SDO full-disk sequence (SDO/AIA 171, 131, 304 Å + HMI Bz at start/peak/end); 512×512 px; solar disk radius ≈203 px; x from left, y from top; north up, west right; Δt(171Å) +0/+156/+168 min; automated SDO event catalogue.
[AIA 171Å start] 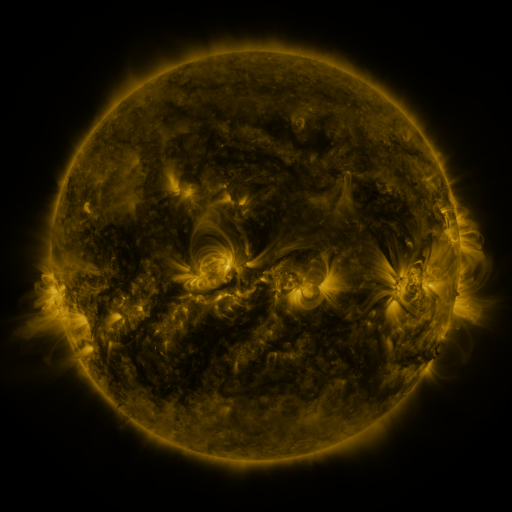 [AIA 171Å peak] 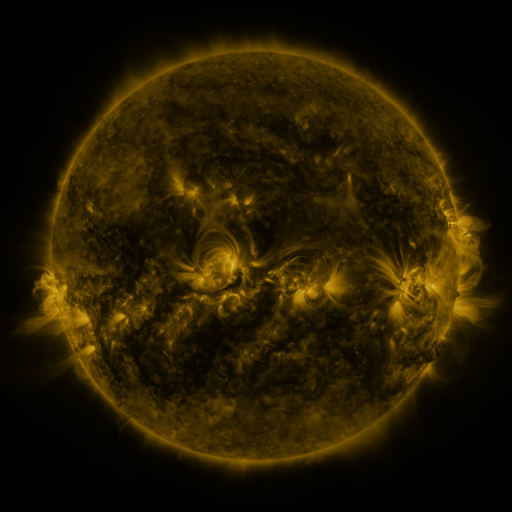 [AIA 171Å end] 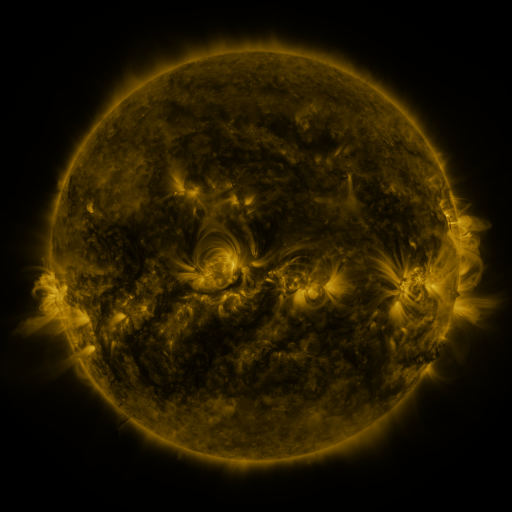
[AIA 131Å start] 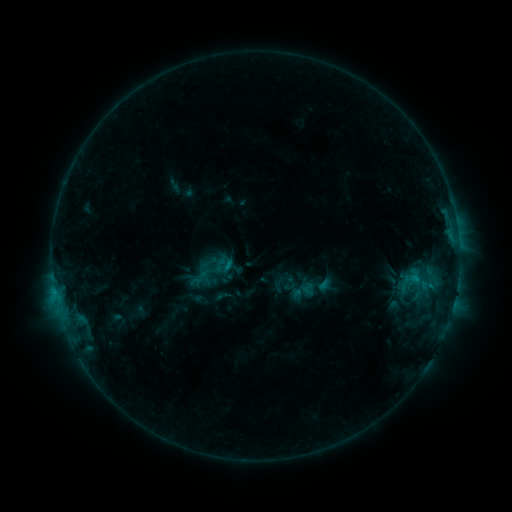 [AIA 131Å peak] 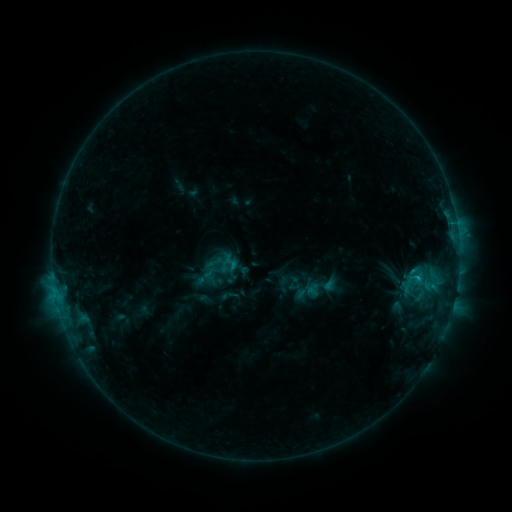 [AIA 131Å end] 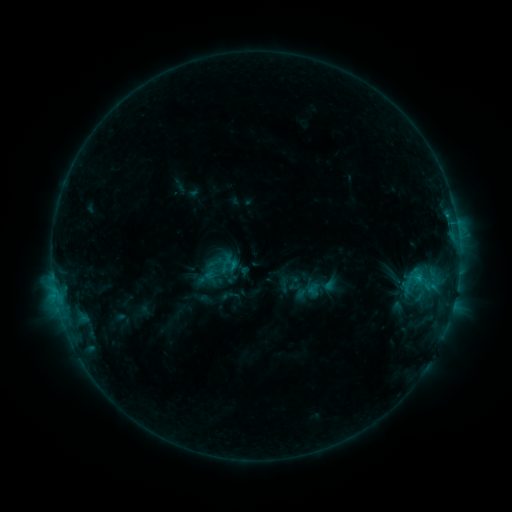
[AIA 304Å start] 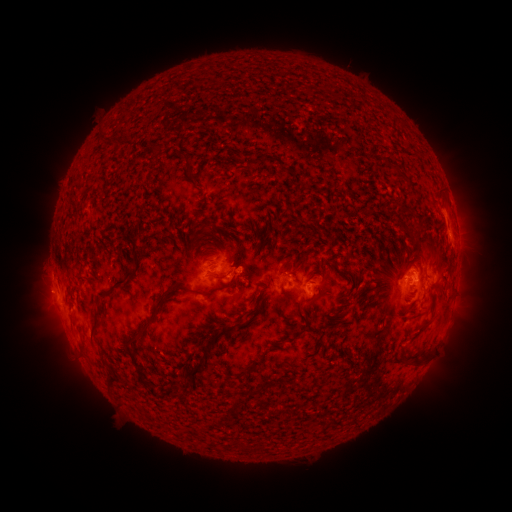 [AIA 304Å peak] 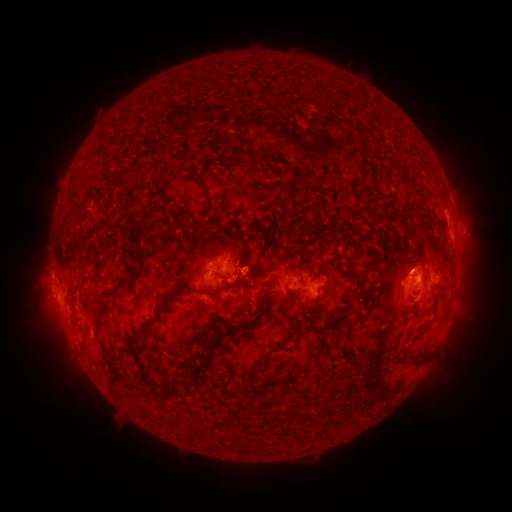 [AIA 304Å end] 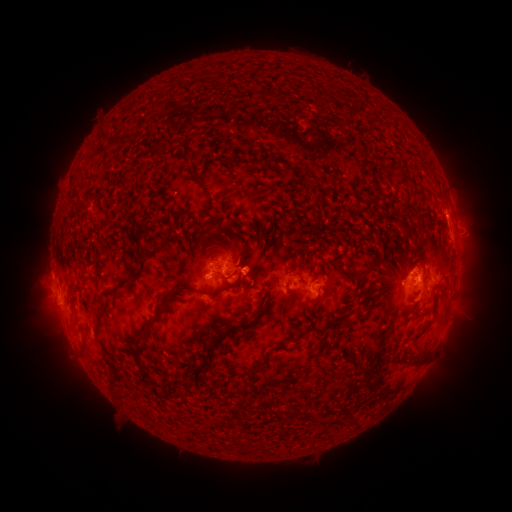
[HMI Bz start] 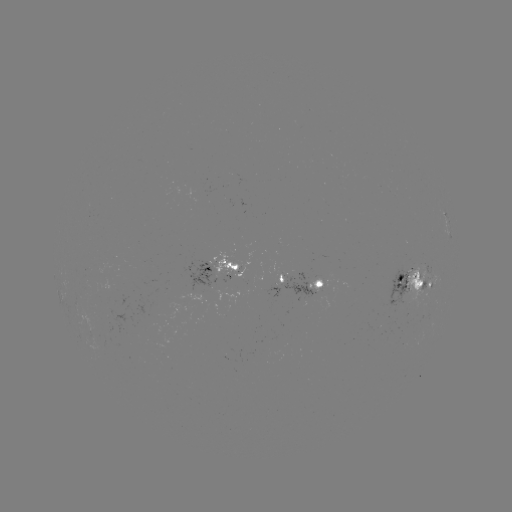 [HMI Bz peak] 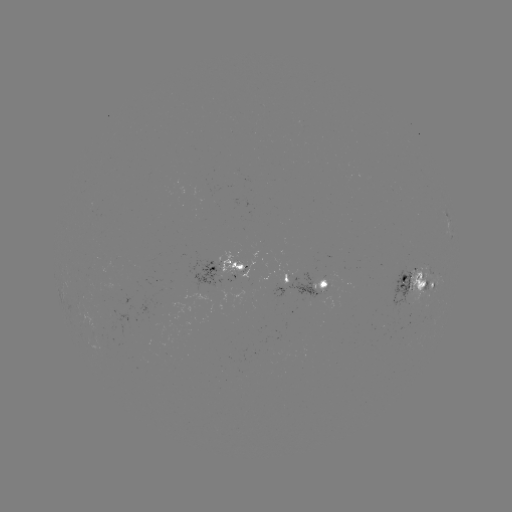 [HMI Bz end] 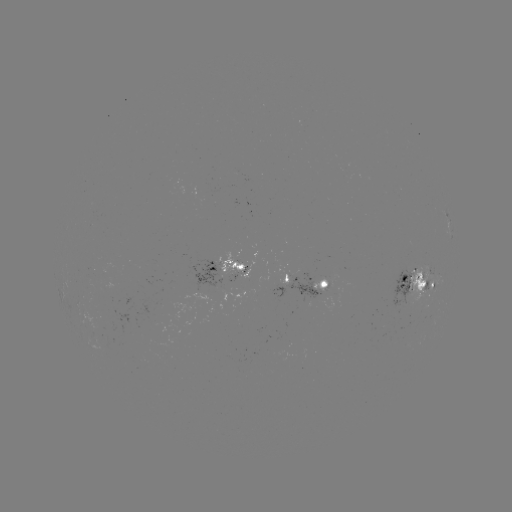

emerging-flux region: <bbox>312, 279, 326, 295</bbox>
